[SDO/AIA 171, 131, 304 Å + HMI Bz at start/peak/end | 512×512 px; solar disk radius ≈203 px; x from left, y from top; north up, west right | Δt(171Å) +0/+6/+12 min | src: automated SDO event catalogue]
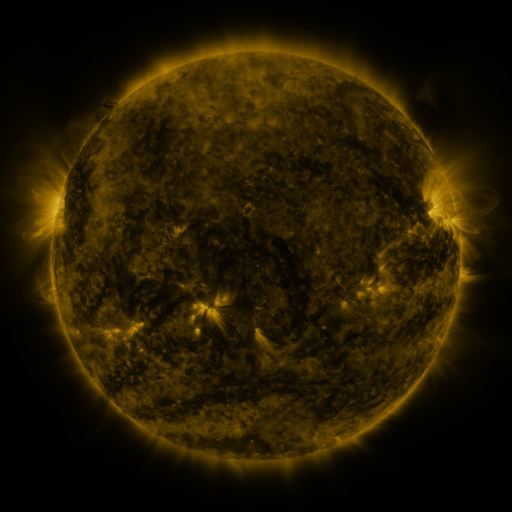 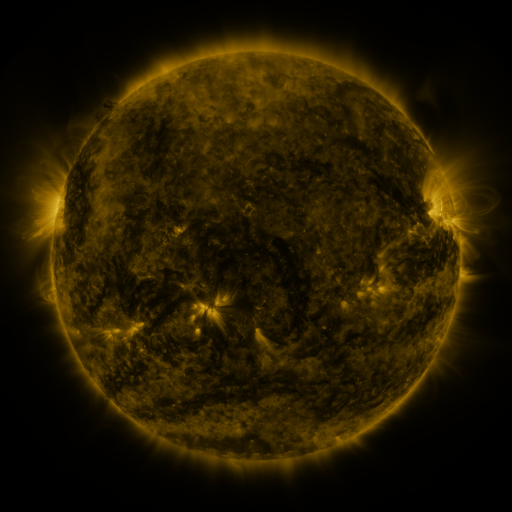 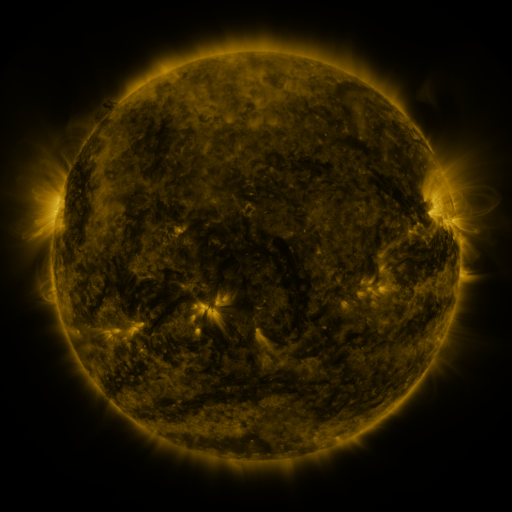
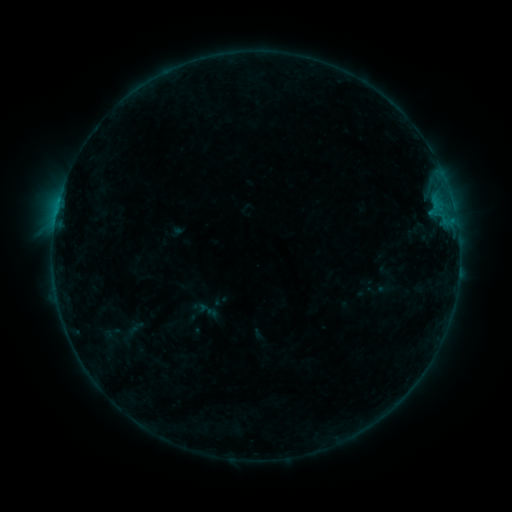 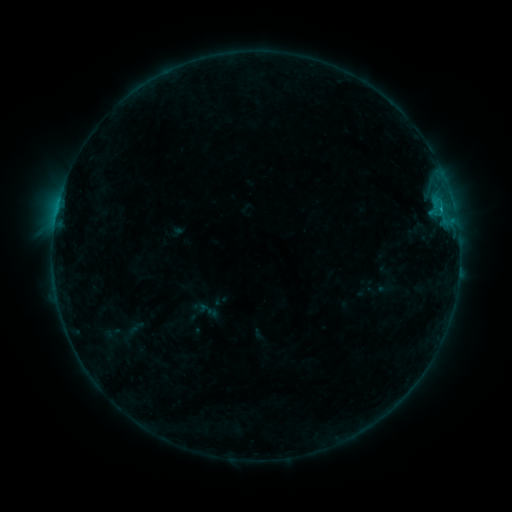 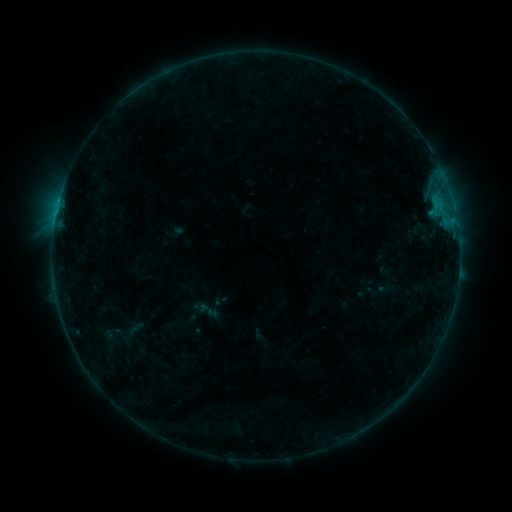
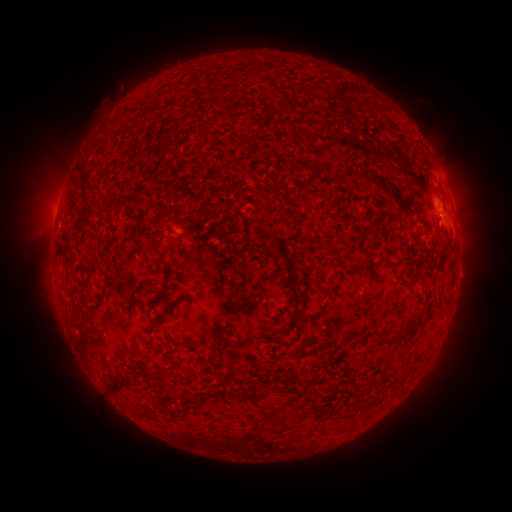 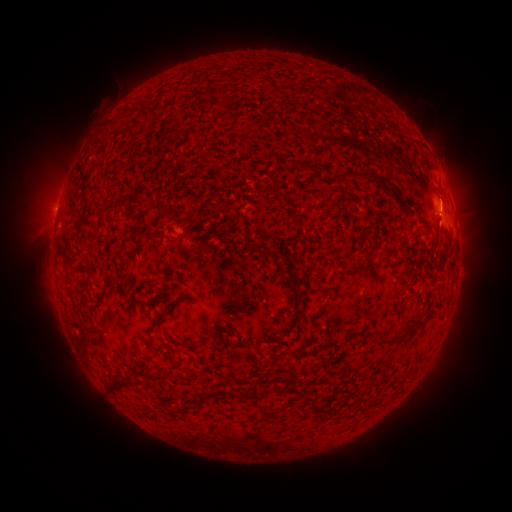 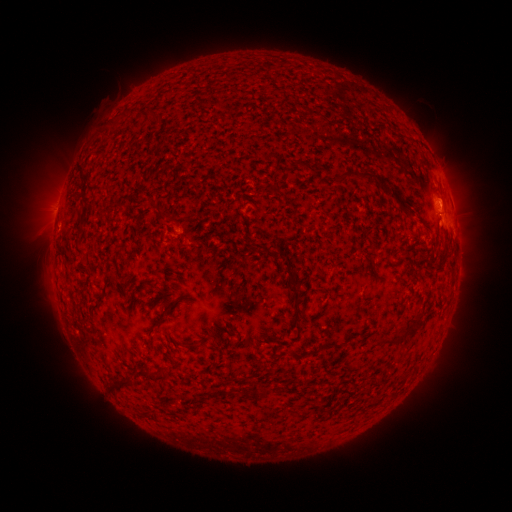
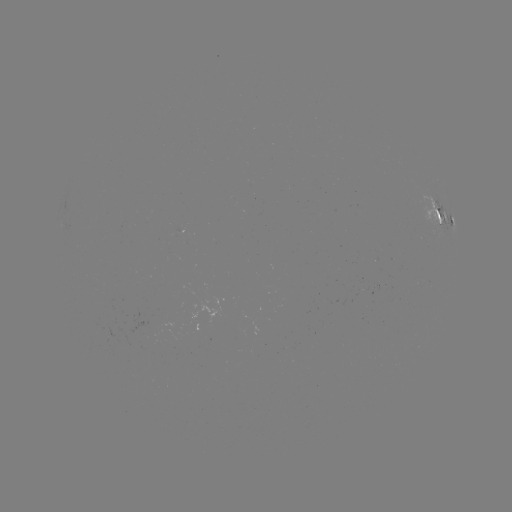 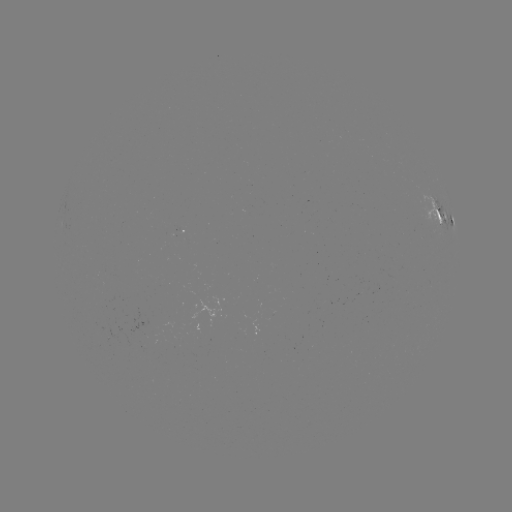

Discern B5.5 flare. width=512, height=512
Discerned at [439, 213].